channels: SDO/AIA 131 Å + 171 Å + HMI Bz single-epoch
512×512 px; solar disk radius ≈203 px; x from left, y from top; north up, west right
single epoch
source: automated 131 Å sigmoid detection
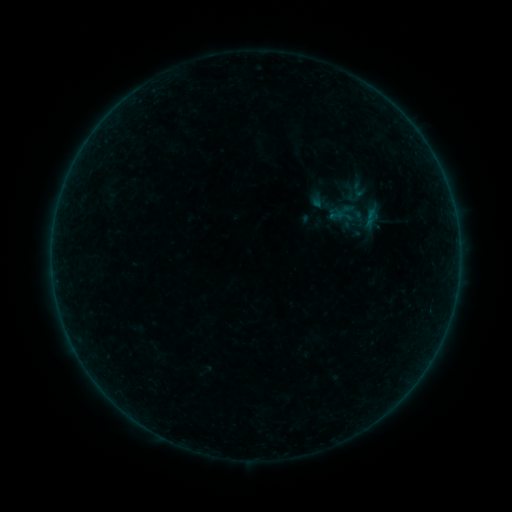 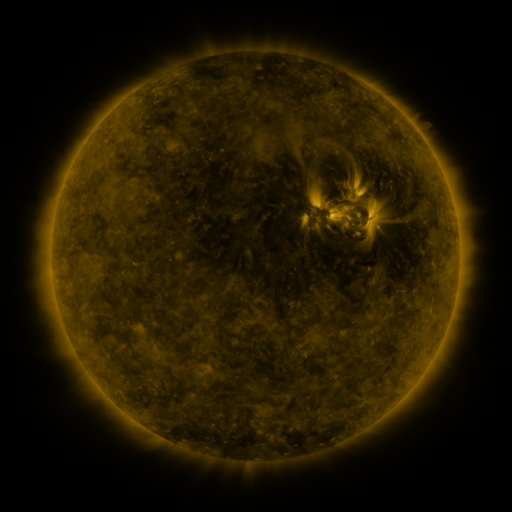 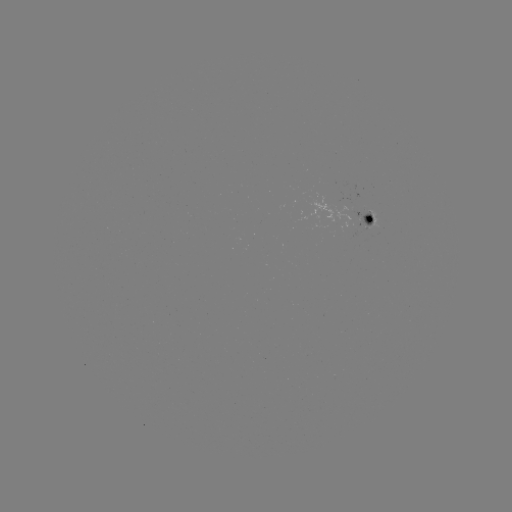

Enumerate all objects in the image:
sigmoid: (336, 215)
sigmoid: (371, 217)
